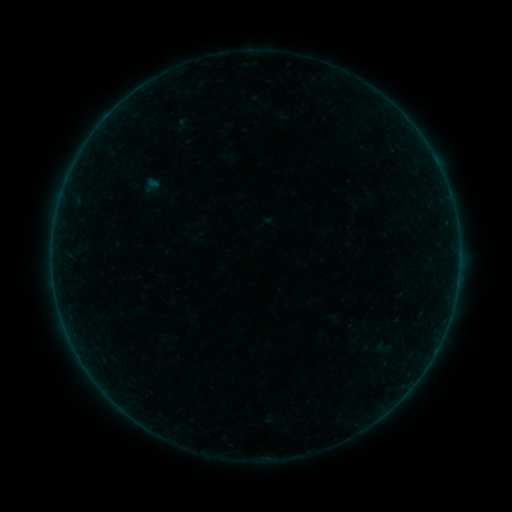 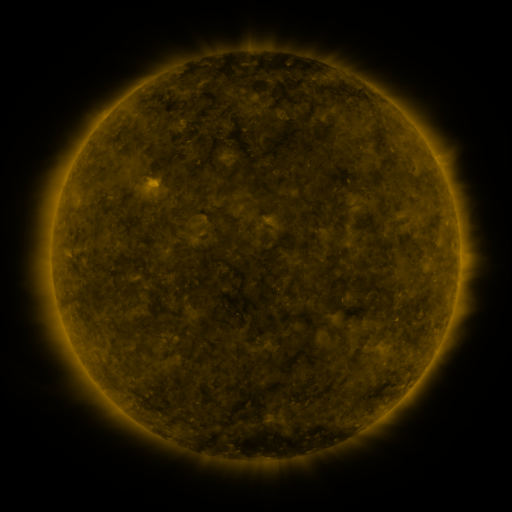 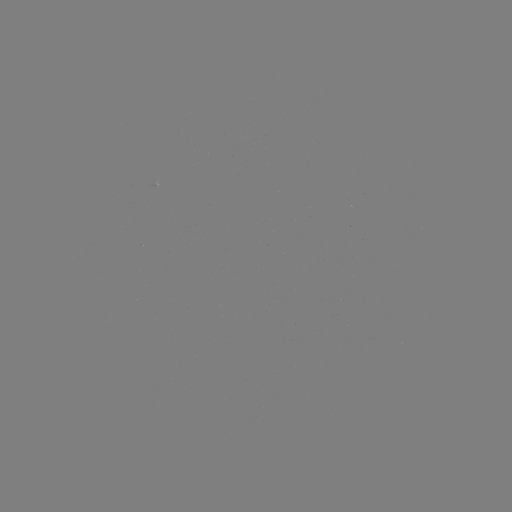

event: sigmoid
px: (384, 347)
